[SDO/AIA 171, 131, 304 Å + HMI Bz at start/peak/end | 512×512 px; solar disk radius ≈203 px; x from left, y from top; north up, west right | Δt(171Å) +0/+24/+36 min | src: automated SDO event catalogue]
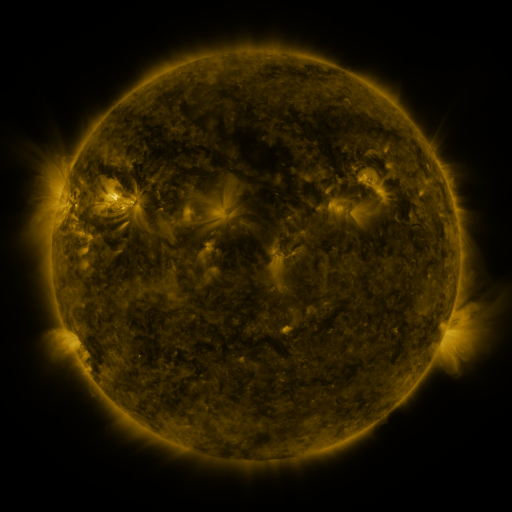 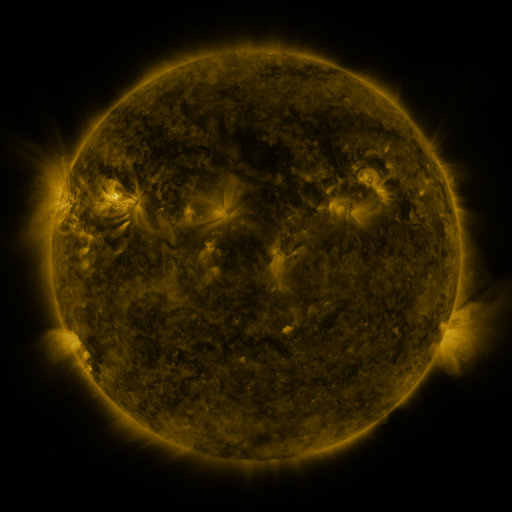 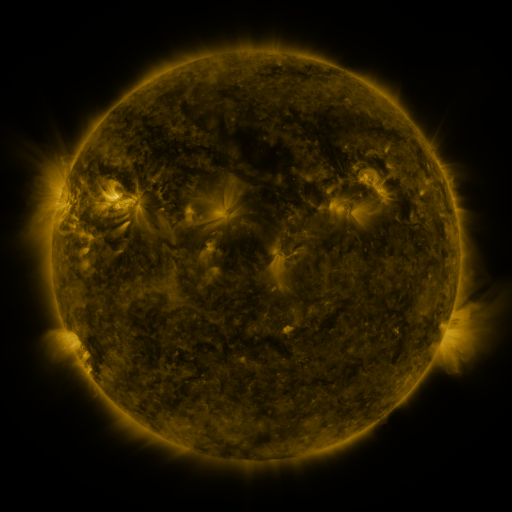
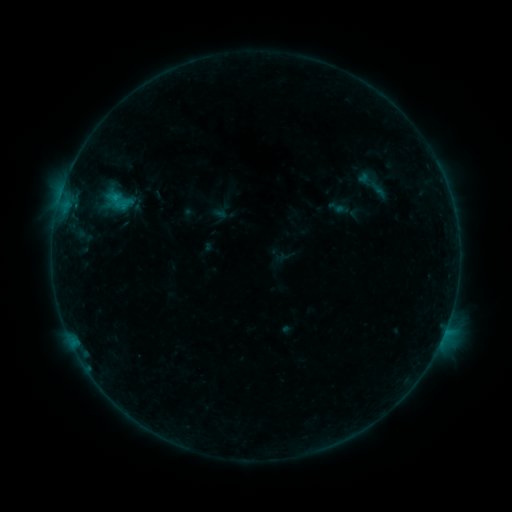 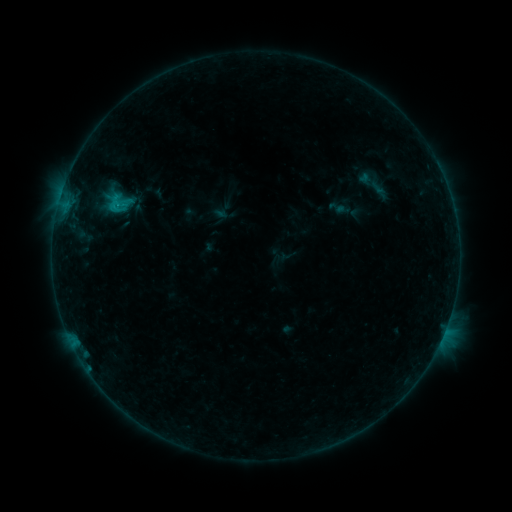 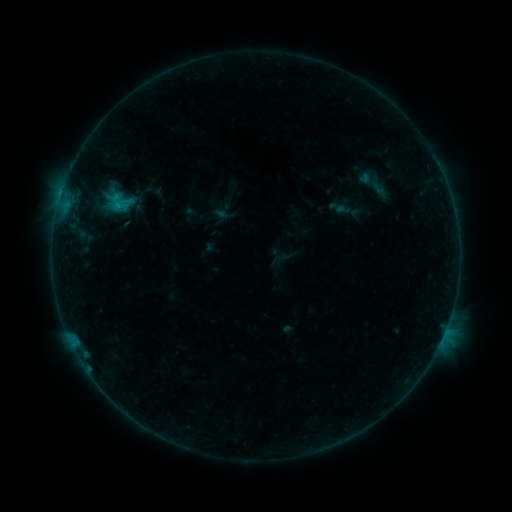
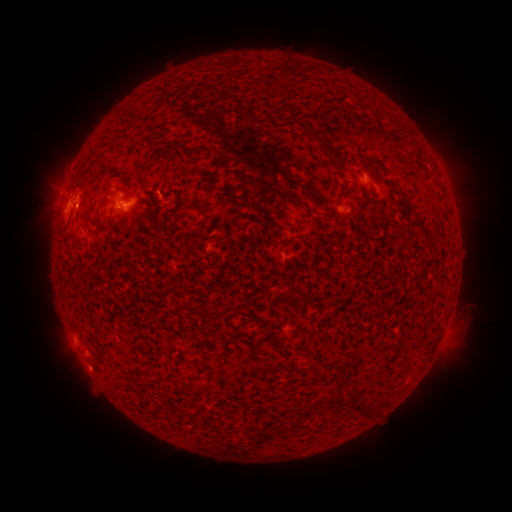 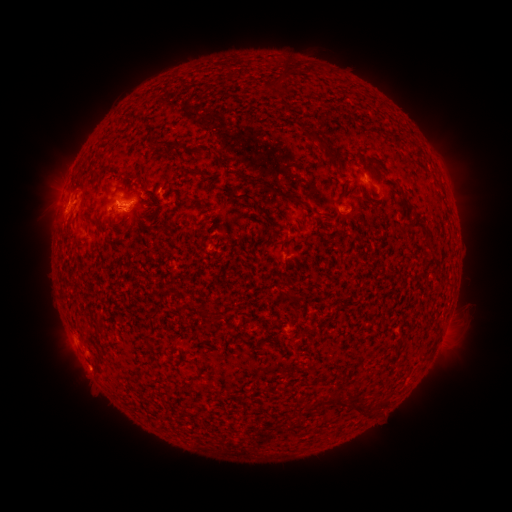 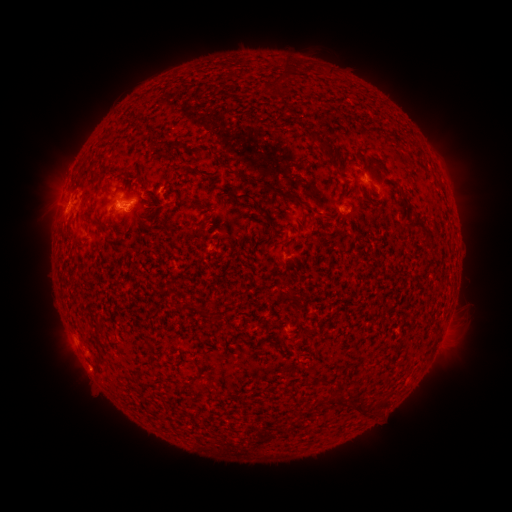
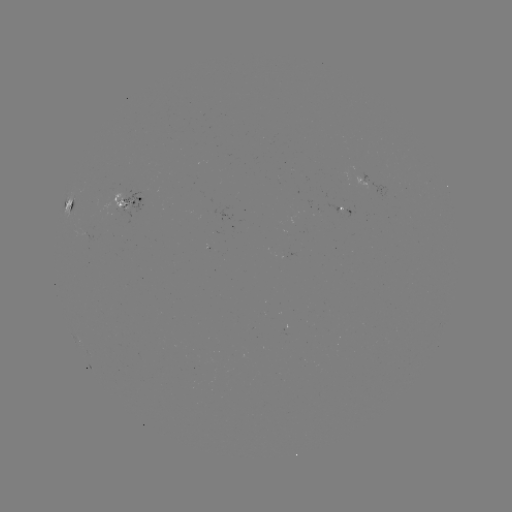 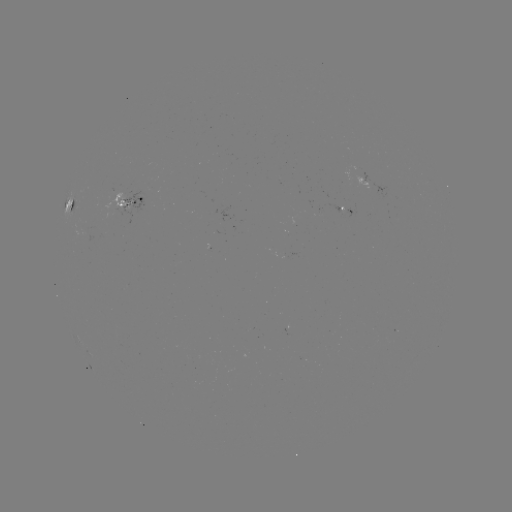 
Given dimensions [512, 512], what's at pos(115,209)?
C1.1 flare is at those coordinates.